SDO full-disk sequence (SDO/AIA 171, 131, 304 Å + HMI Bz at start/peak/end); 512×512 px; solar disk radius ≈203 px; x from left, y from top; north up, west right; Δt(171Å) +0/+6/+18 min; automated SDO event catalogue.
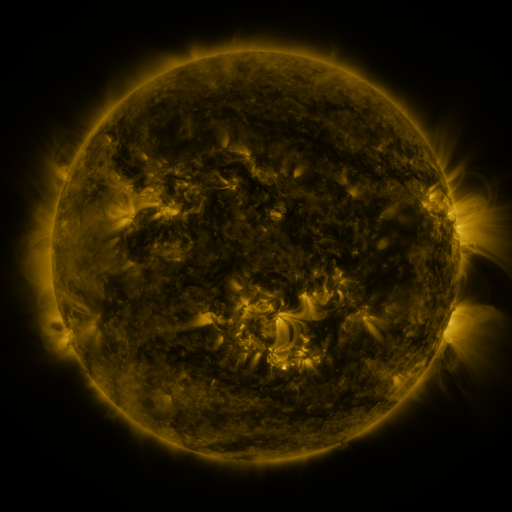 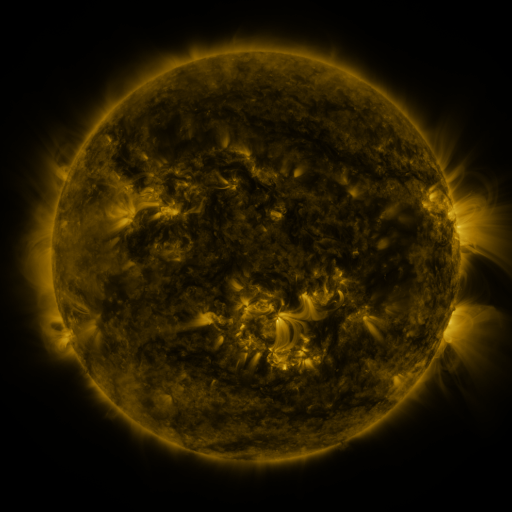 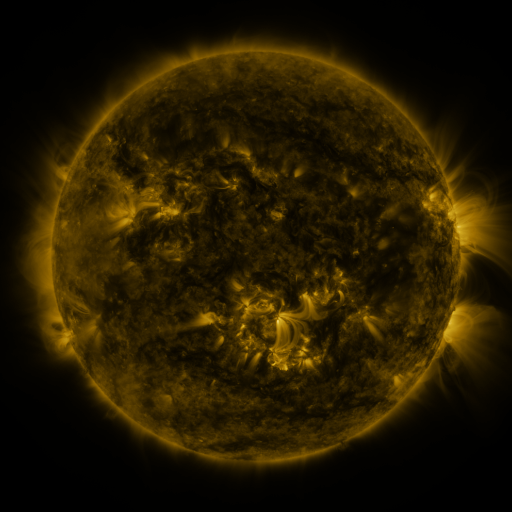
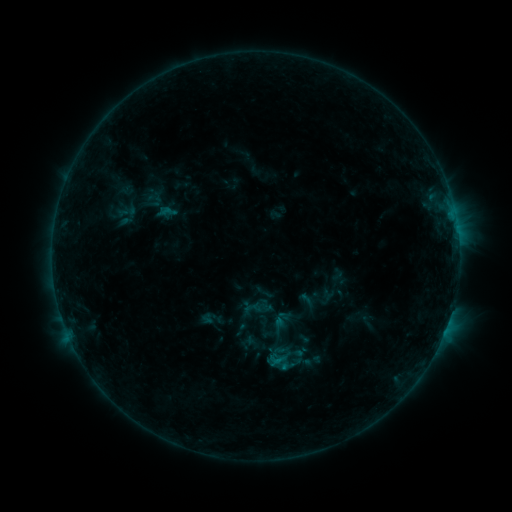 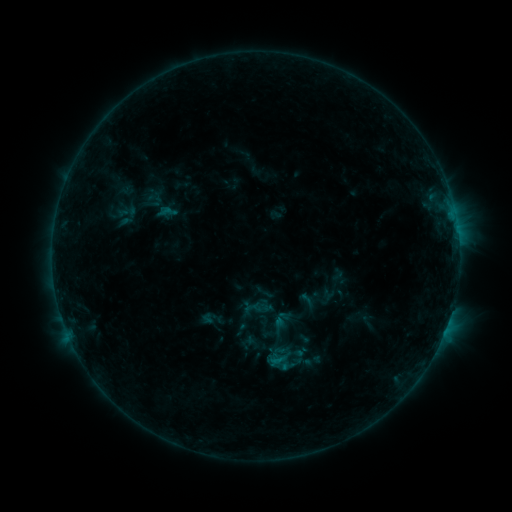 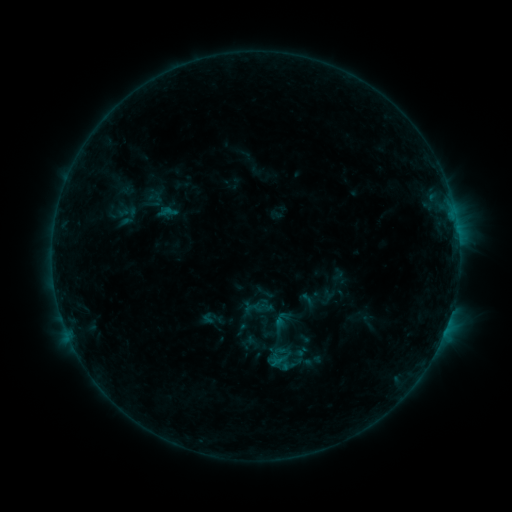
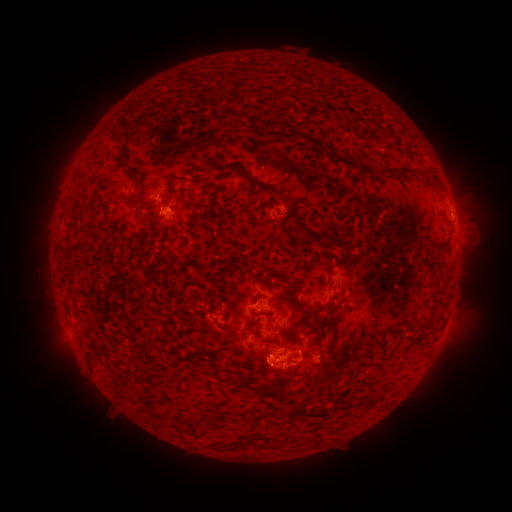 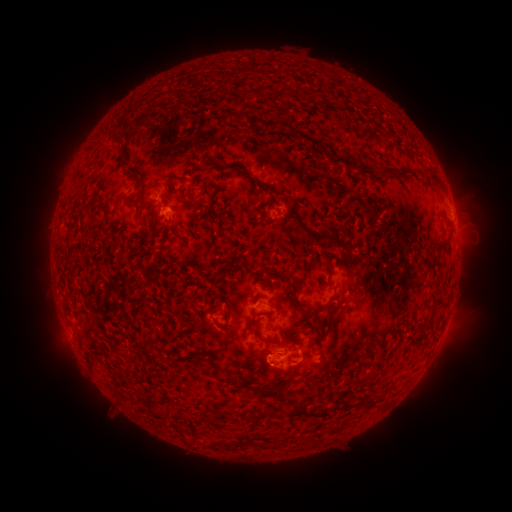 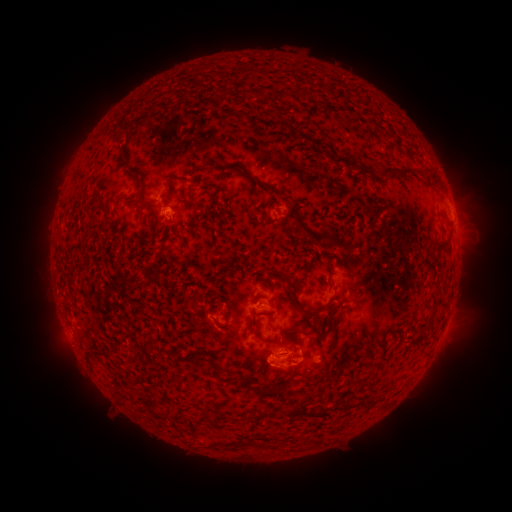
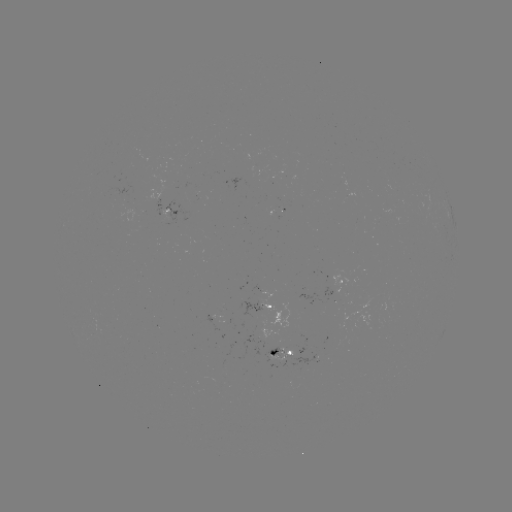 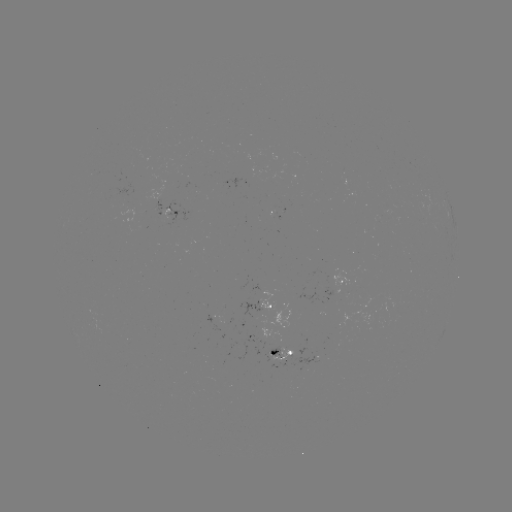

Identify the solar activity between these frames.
B4.8 flare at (274, 359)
